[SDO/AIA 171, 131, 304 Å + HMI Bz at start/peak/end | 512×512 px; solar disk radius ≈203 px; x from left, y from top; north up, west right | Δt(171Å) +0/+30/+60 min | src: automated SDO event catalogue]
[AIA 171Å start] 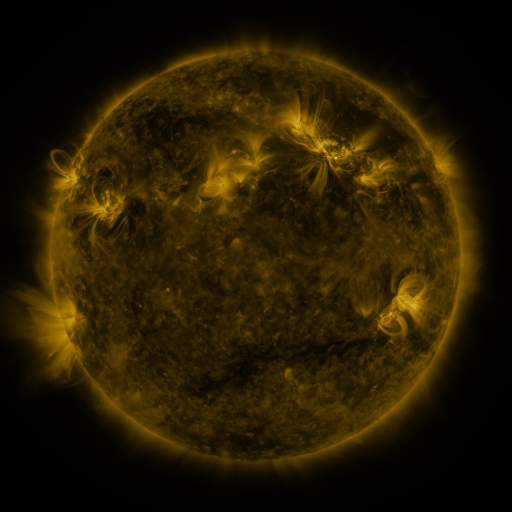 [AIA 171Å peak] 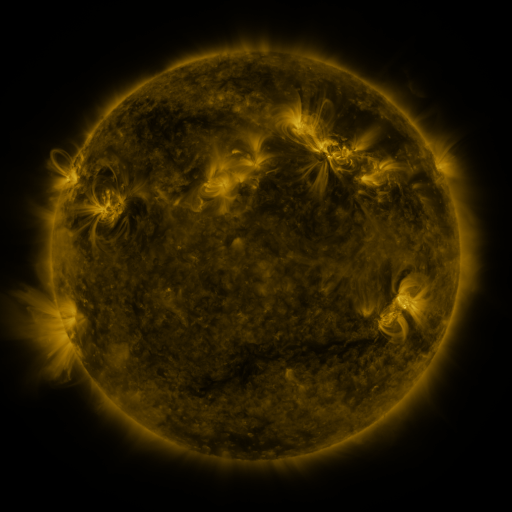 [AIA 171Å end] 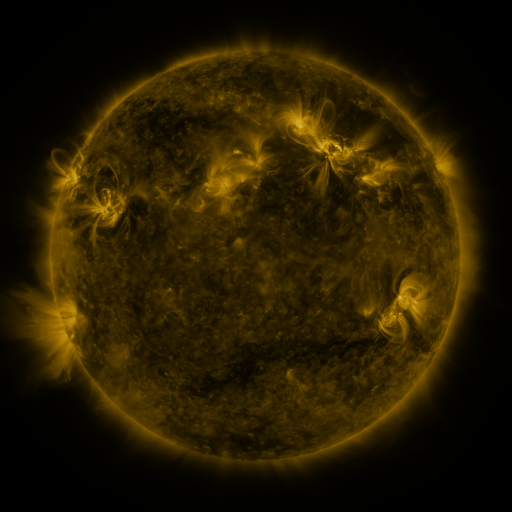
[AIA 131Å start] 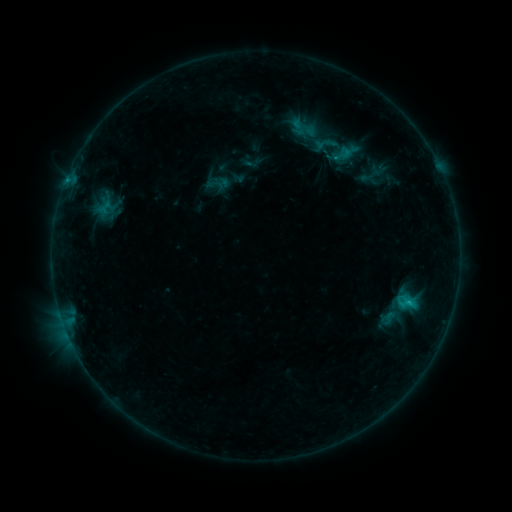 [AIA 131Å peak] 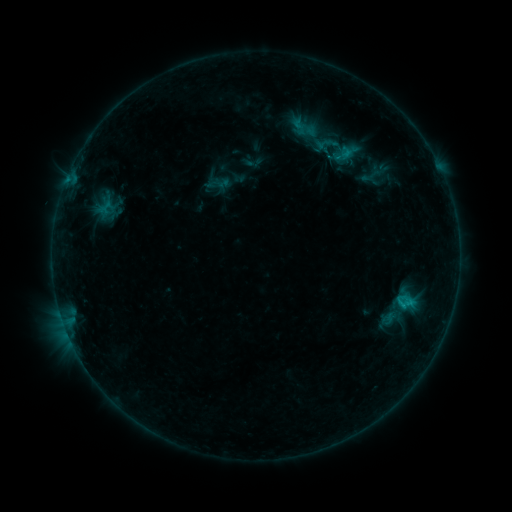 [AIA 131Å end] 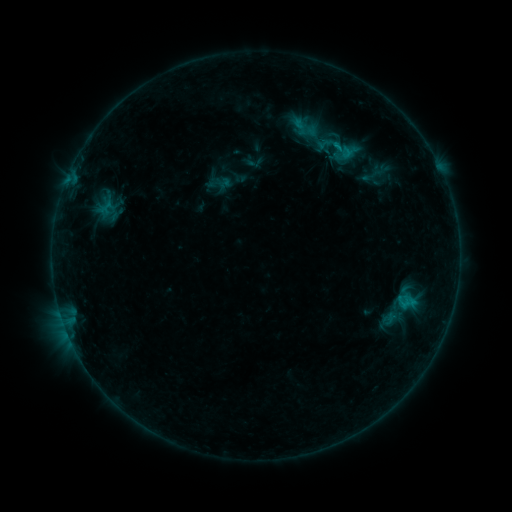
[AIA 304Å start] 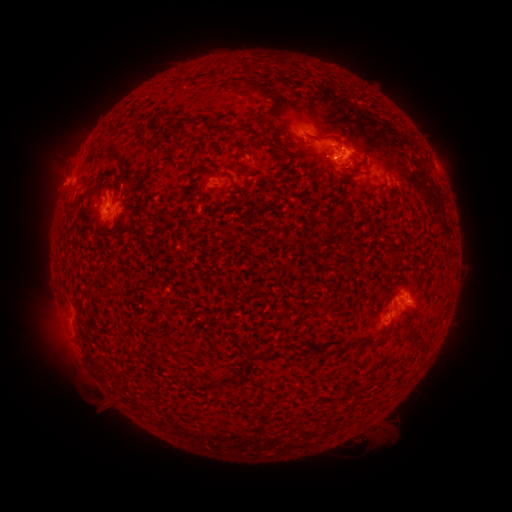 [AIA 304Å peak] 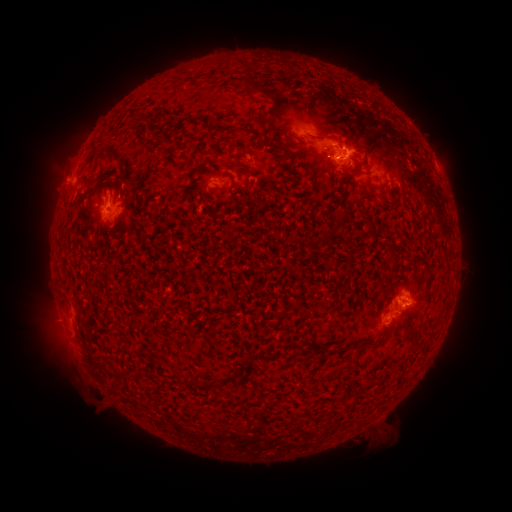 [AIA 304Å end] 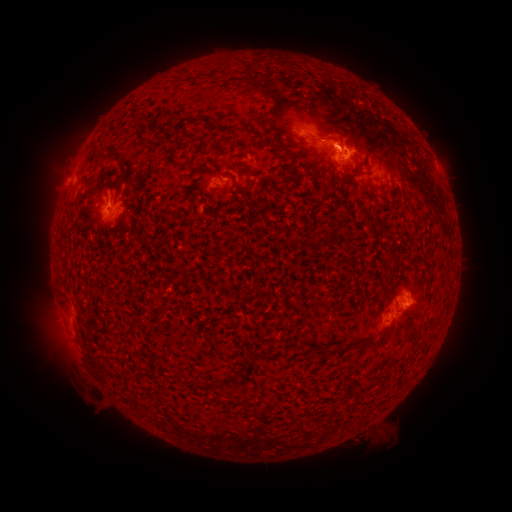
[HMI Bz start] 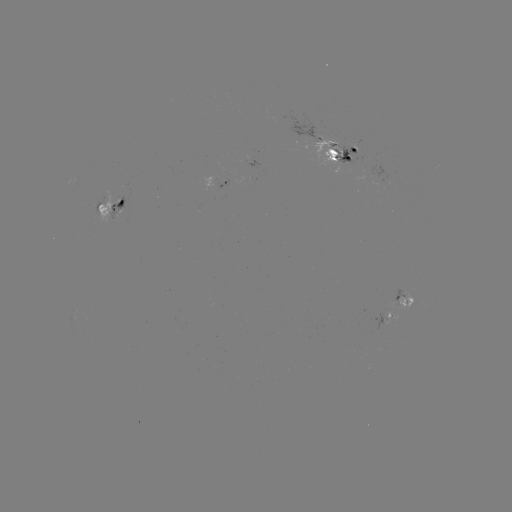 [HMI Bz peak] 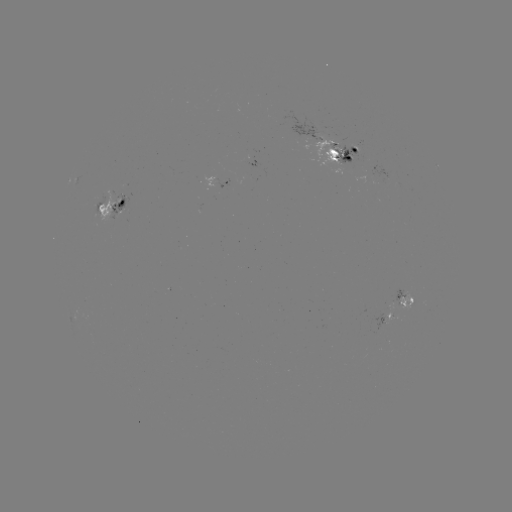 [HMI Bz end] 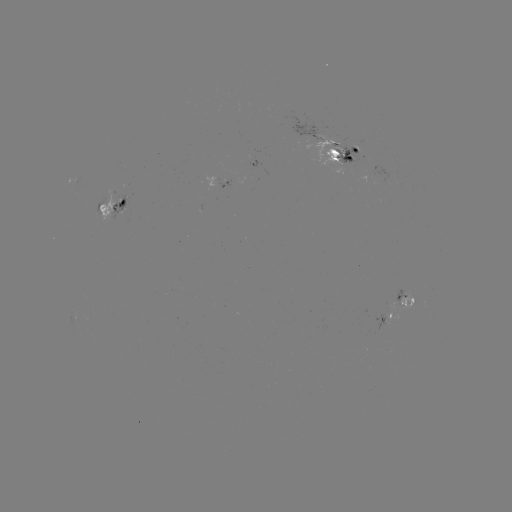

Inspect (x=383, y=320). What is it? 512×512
emerging-flux region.